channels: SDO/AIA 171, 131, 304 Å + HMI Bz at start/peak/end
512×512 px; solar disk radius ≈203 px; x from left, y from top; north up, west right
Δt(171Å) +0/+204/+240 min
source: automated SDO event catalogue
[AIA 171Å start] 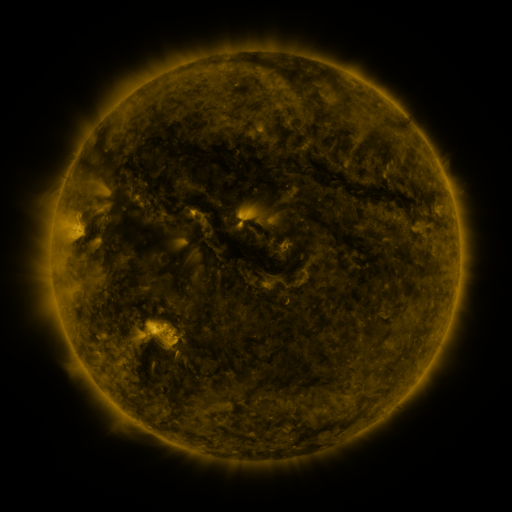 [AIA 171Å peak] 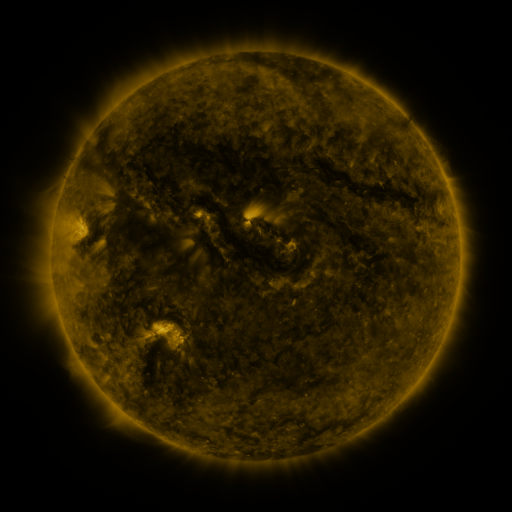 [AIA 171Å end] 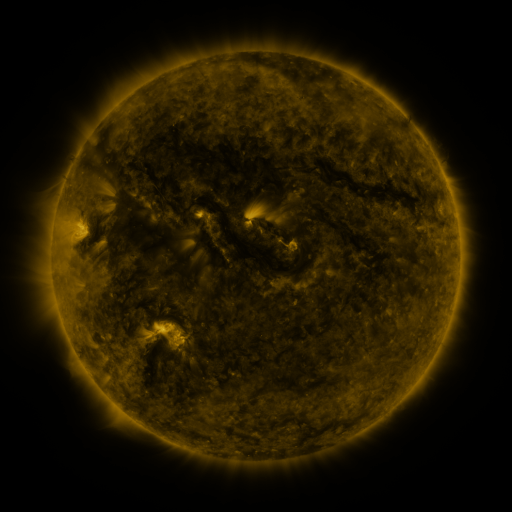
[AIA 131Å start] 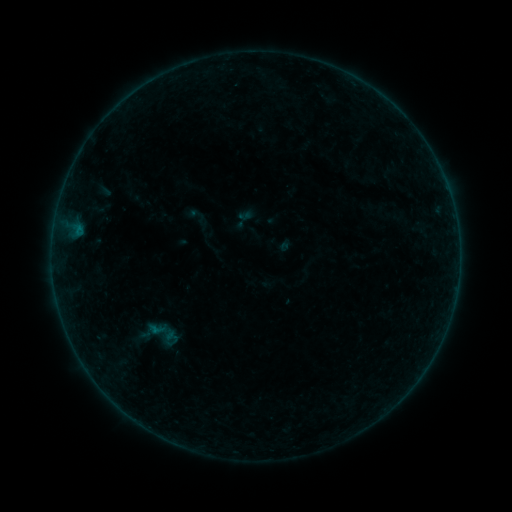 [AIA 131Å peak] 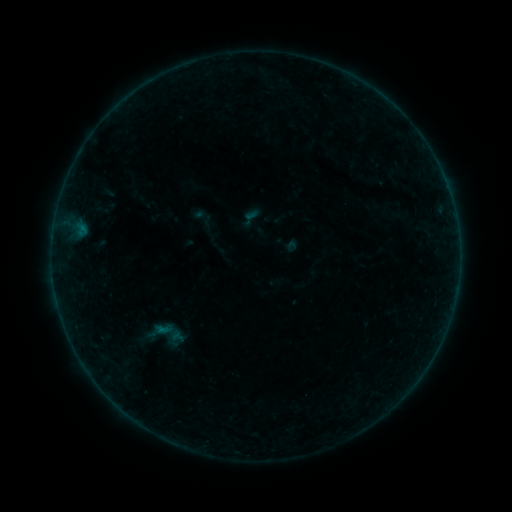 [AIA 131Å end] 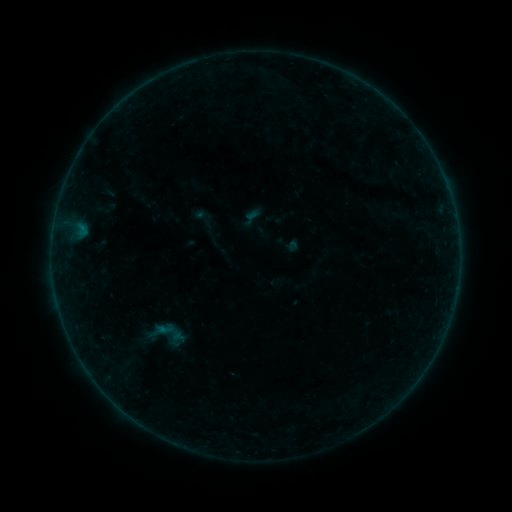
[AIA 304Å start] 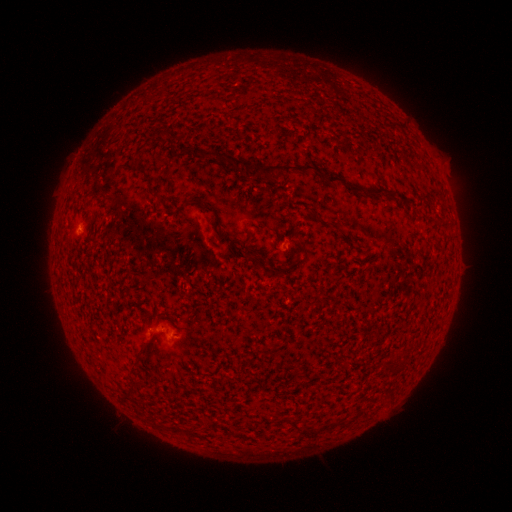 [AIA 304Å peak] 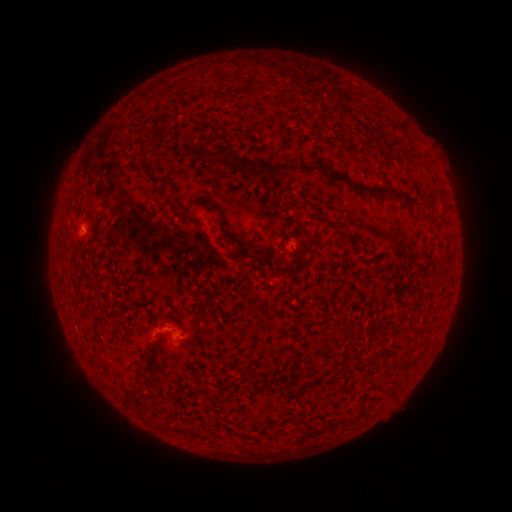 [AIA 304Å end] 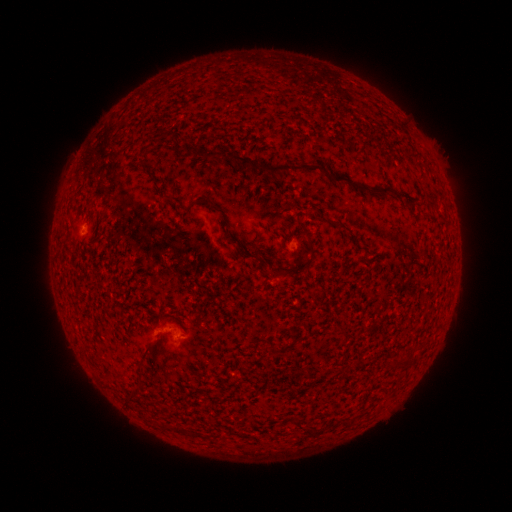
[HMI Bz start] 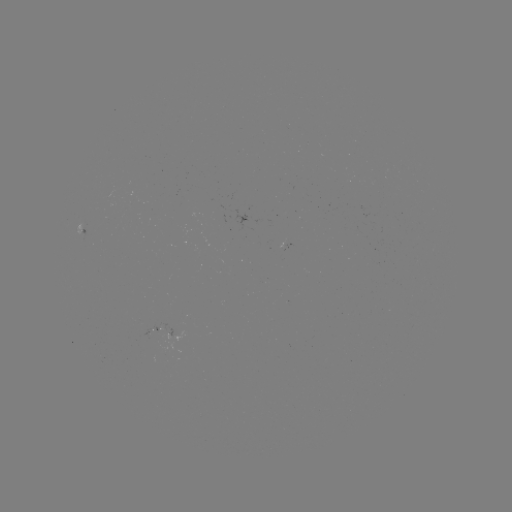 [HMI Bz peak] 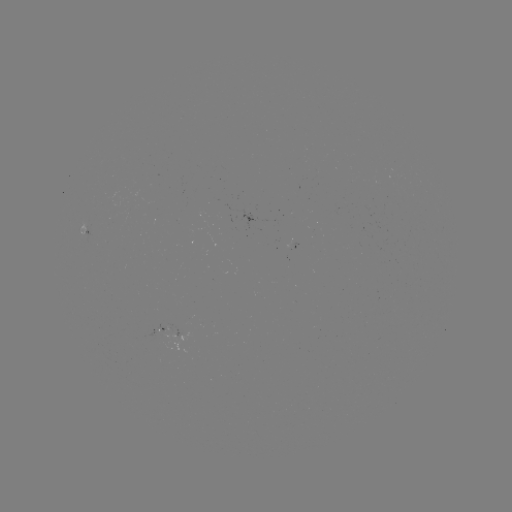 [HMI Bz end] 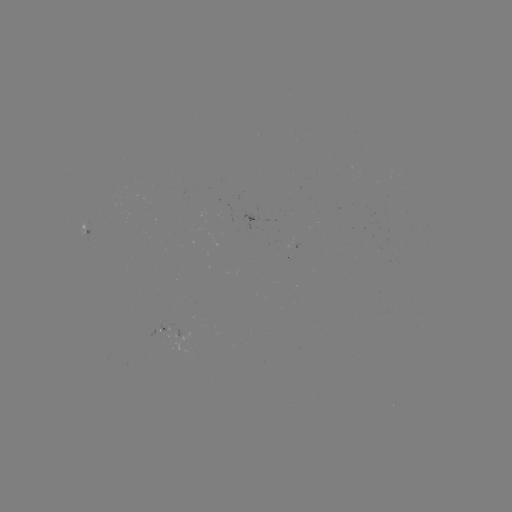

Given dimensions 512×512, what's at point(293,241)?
emerging-flux region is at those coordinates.